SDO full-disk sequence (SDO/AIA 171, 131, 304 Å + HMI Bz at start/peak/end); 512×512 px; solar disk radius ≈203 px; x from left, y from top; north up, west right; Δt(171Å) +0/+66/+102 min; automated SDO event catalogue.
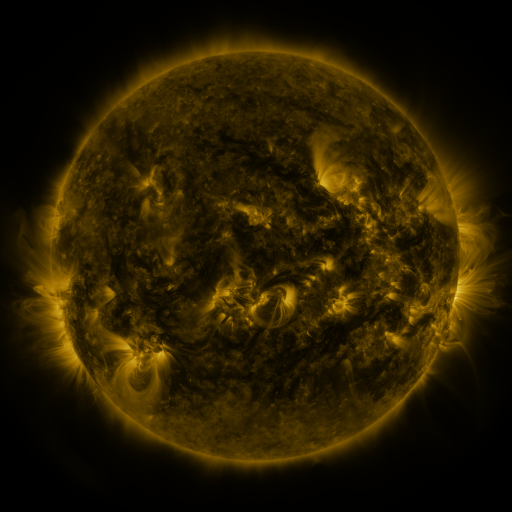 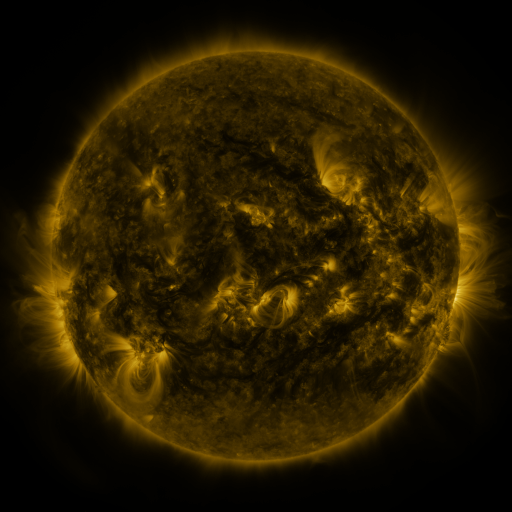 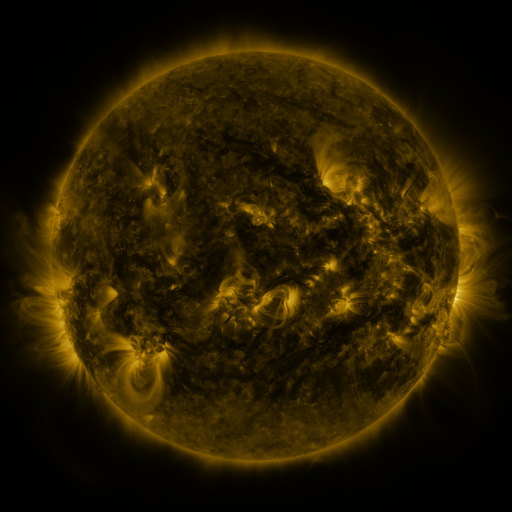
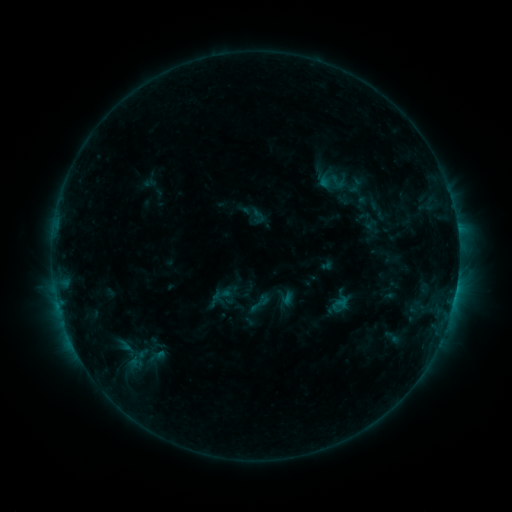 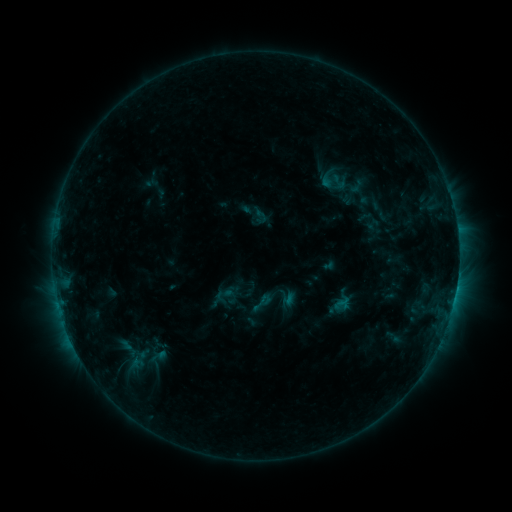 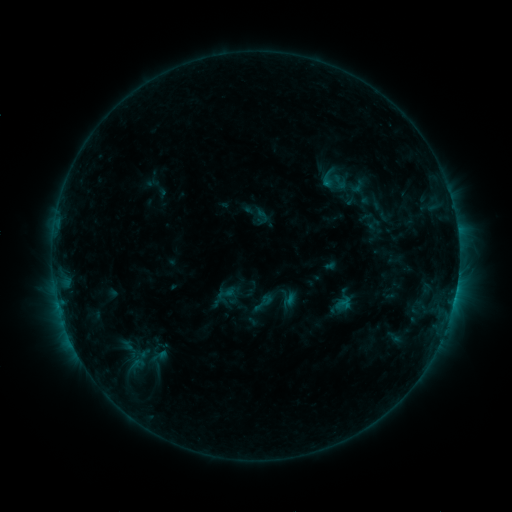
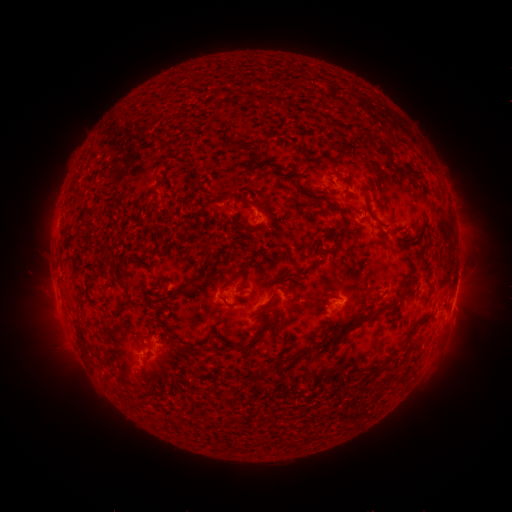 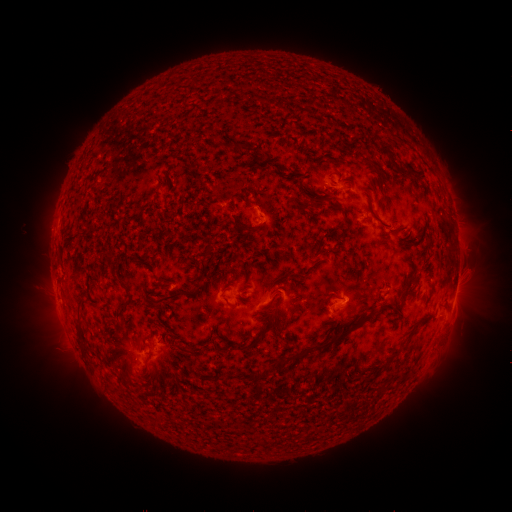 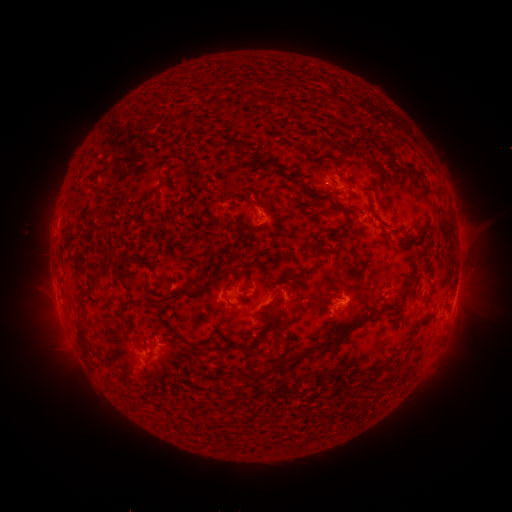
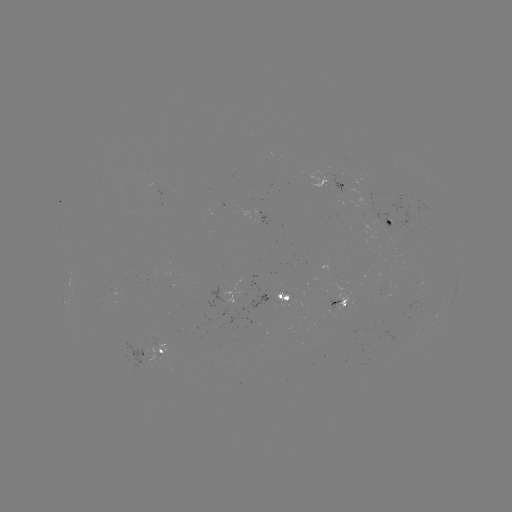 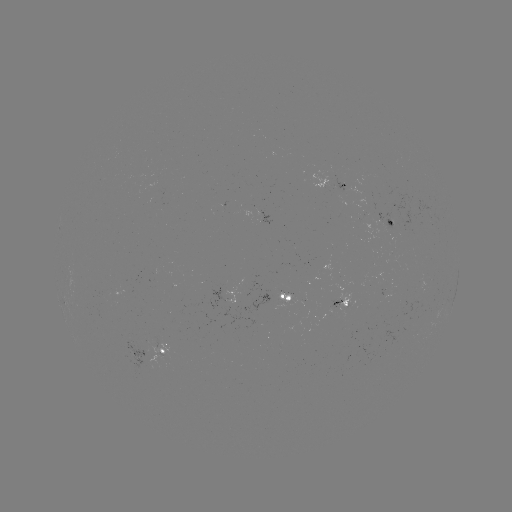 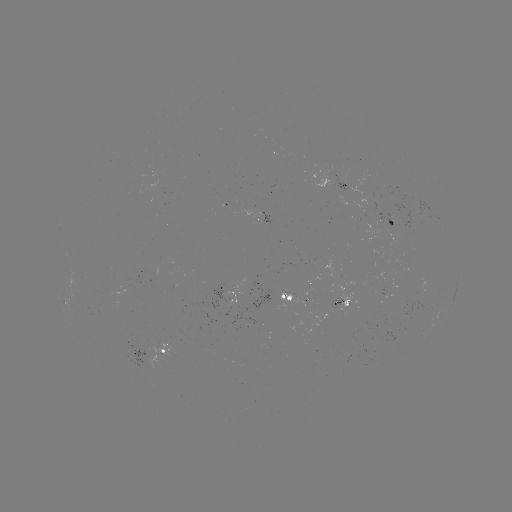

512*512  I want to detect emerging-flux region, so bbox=[390, 279, 425, 323].